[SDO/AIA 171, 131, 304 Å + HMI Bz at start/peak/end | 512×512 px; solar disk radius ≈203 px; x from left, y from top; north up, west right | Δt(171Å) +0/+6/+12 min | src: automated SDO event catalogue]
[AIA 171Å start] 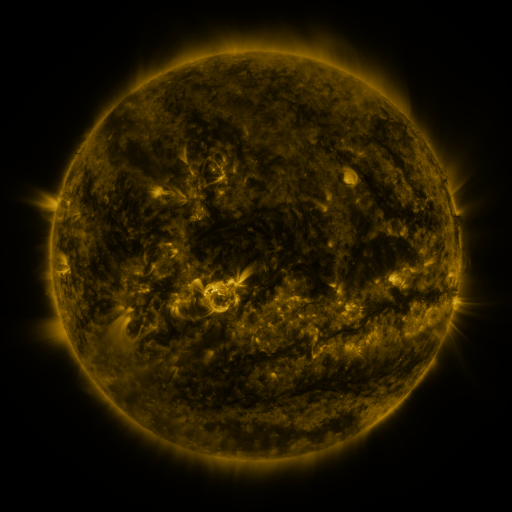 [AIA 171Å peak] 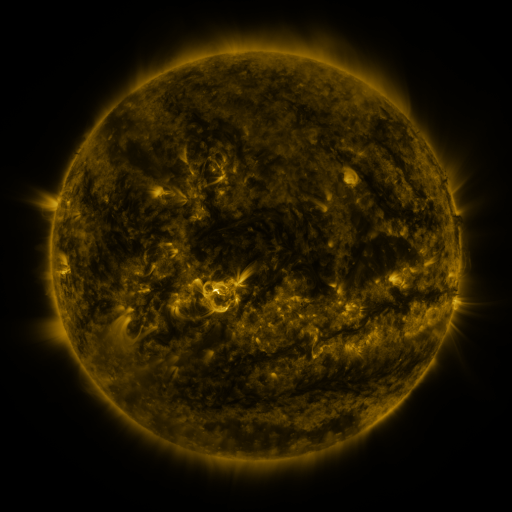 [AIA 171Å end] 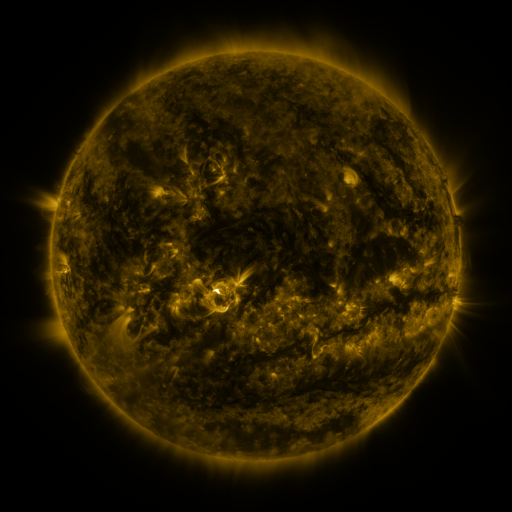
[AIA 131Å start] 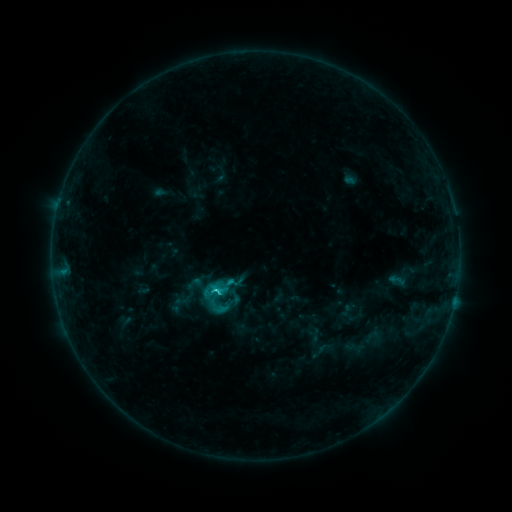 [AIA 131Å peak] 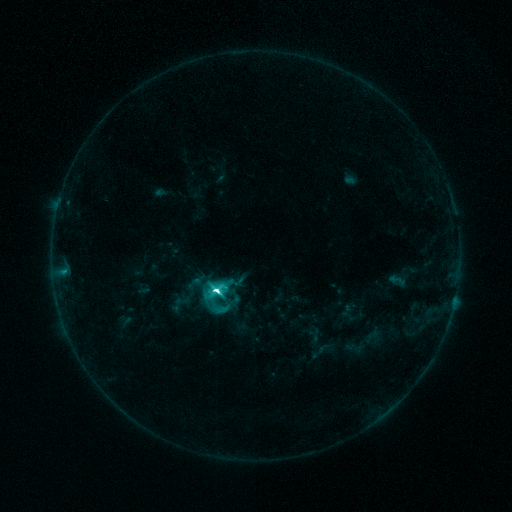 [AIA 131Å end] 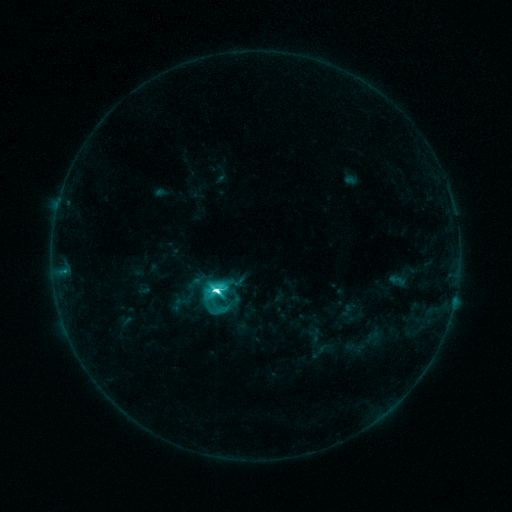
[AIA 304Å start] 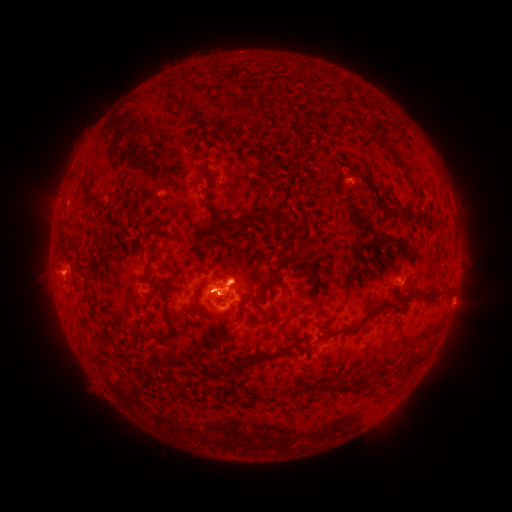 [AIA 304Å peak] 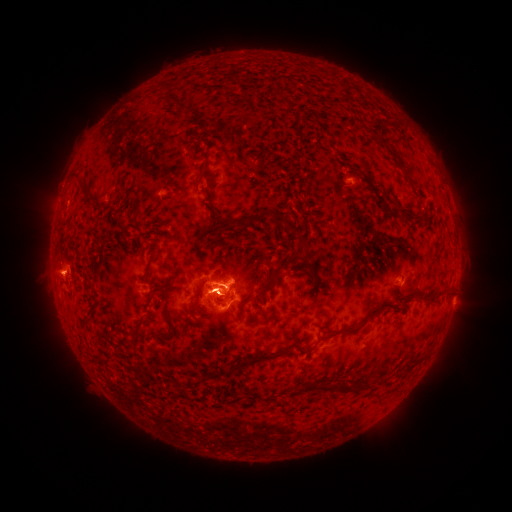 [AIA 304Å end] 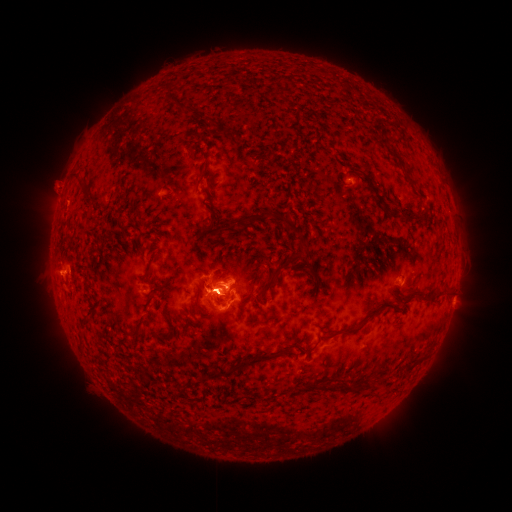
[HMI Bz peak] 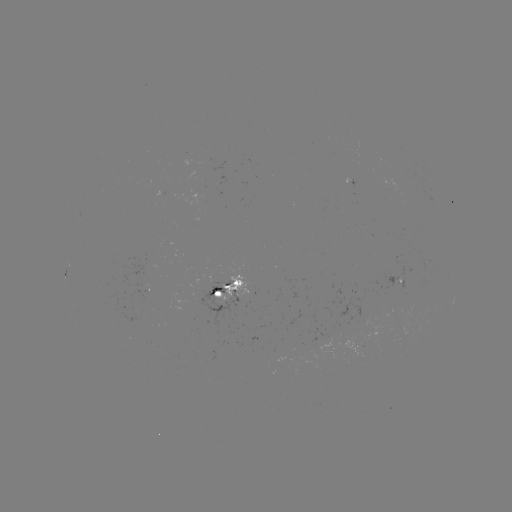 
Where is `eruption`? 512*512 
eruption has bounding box [195, 252, 239, 289].